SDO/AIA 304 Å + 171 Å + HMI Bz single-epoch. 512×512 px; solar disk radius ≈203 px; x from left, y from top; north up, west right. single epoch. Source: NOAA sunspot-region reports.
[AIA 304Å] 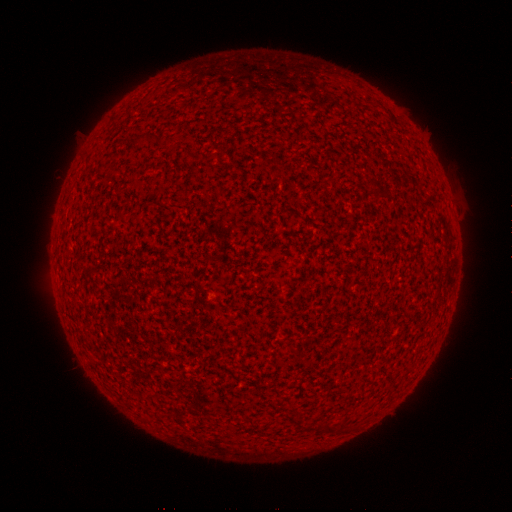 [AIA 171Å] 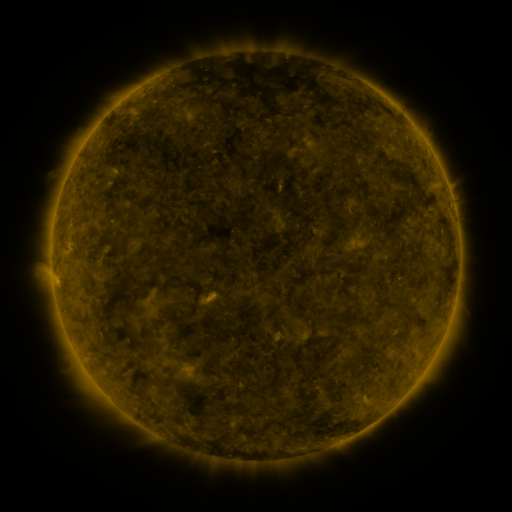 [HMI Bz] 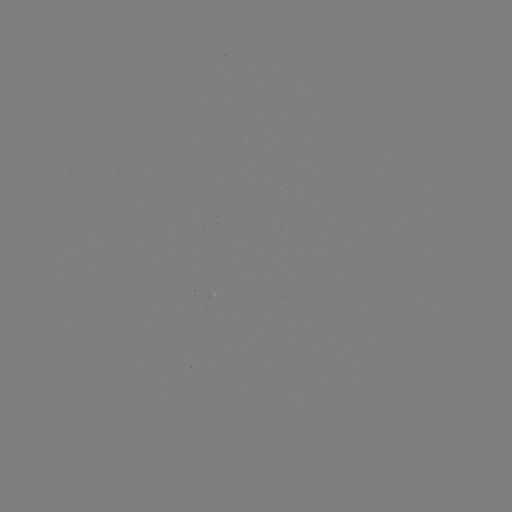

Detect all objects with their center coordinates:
(none)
